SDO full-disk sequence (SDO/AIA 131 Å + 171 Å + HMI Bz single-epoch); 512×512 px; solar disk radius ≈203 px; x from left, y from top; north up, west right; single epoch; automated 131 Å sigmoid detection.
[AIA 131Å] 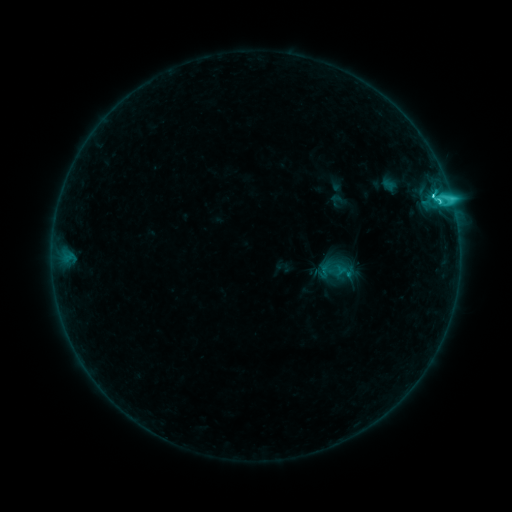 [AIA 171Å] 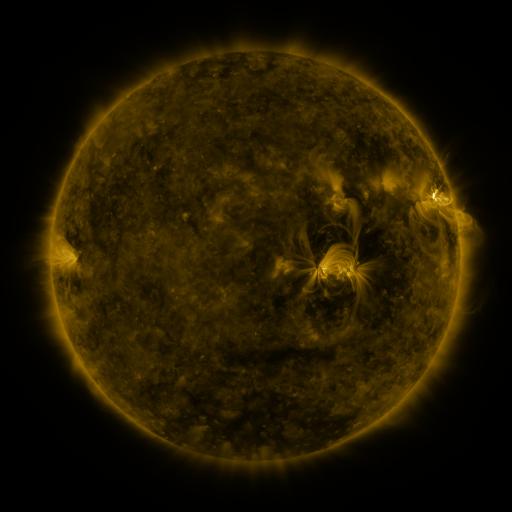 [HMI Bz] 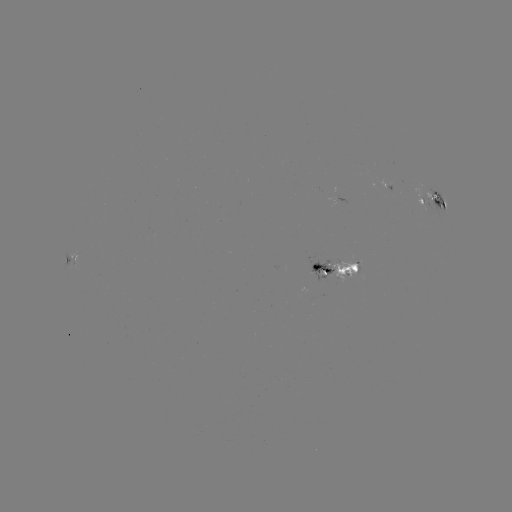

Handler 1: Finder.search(sigmoid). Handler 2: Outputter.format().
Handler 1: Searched sigmoid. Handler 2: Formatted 333,270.